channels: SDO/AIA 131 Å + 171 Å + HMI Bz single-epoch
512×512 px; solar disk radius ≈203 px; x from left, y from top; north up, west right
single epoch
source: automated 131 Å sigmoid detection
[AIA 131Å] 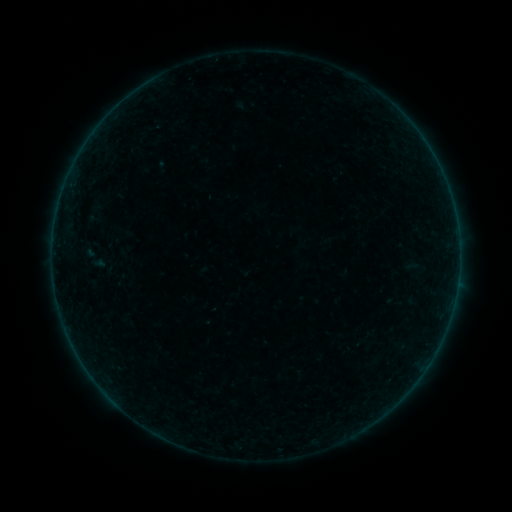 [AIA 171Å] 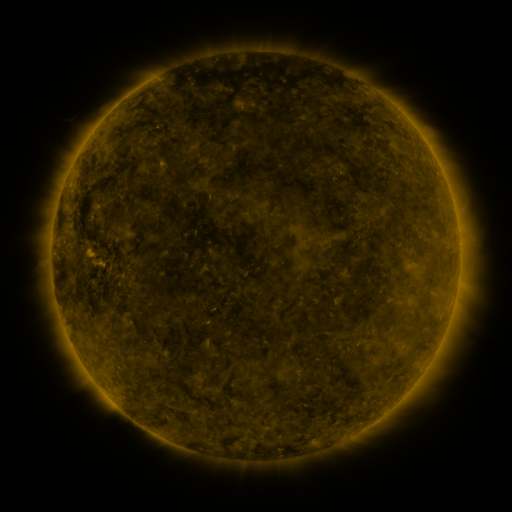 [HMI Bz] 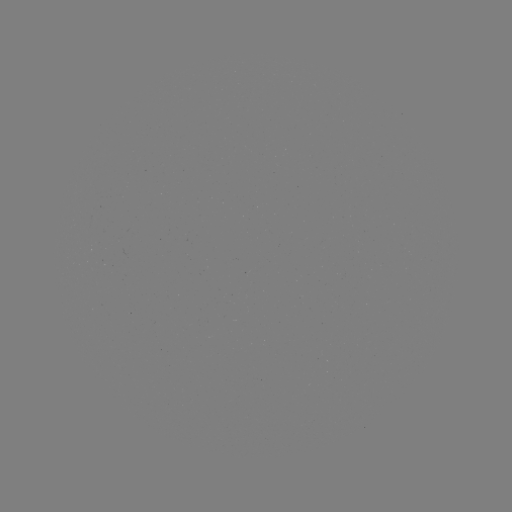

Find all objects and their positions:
sigmoid: (93, 259)
